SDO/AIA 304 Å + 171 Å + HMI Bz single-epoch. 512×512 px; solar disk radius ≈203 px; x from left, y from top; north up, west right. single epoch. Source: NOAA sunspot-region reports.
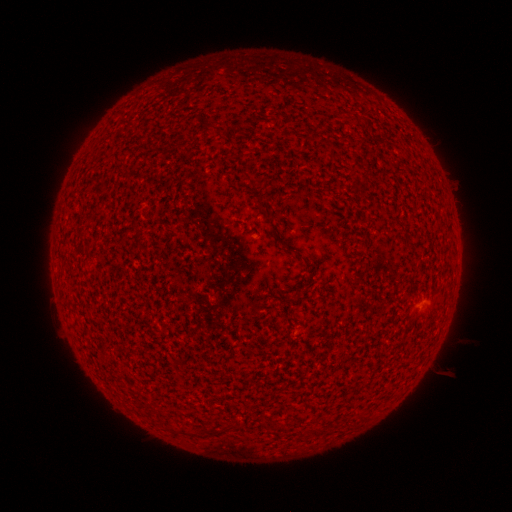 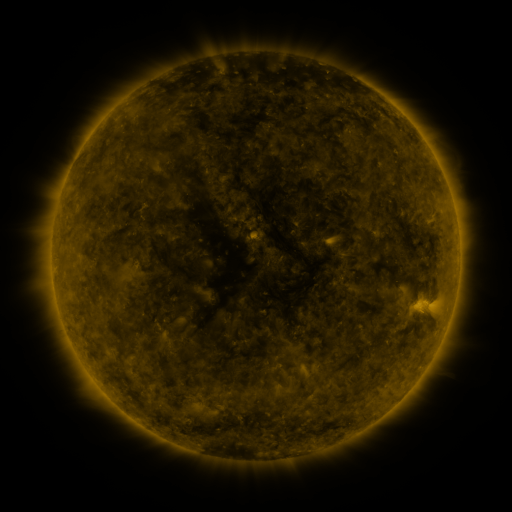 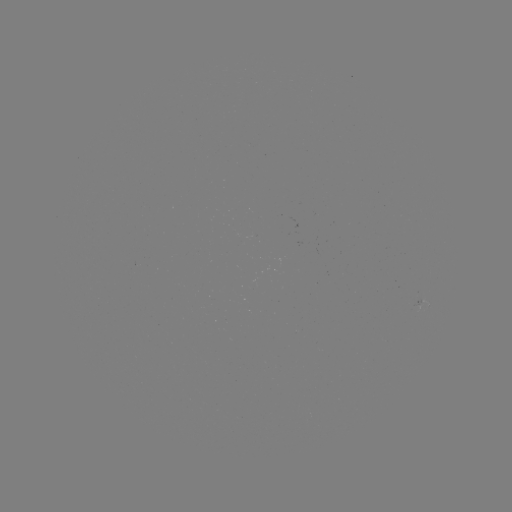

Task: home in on spotted active region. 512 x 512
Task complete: (423, 297).